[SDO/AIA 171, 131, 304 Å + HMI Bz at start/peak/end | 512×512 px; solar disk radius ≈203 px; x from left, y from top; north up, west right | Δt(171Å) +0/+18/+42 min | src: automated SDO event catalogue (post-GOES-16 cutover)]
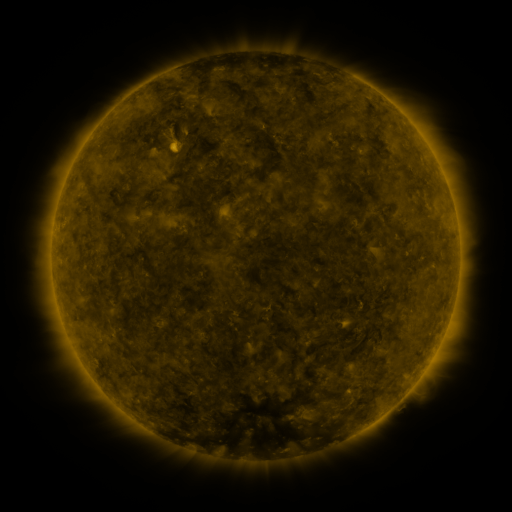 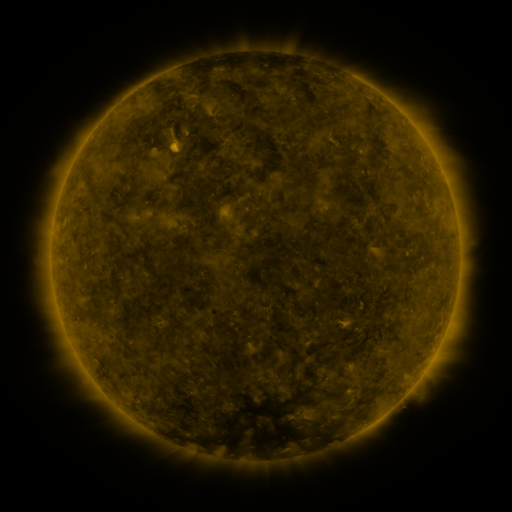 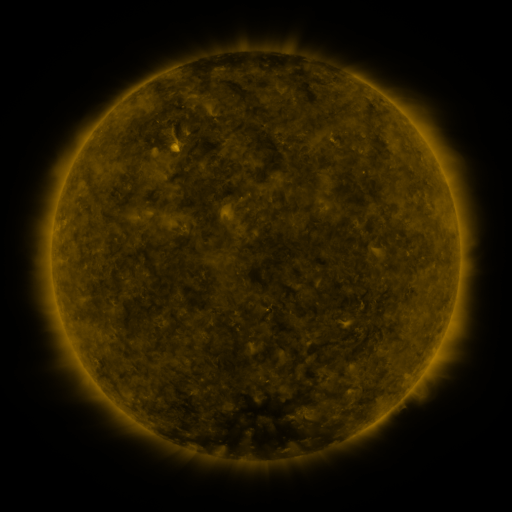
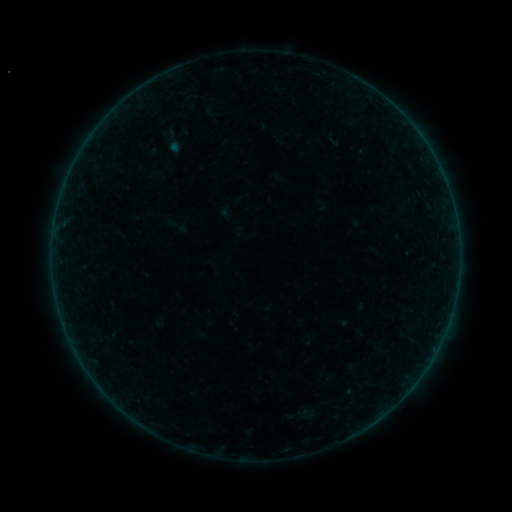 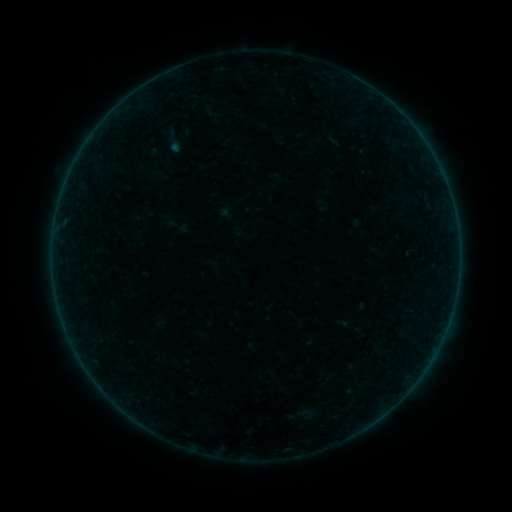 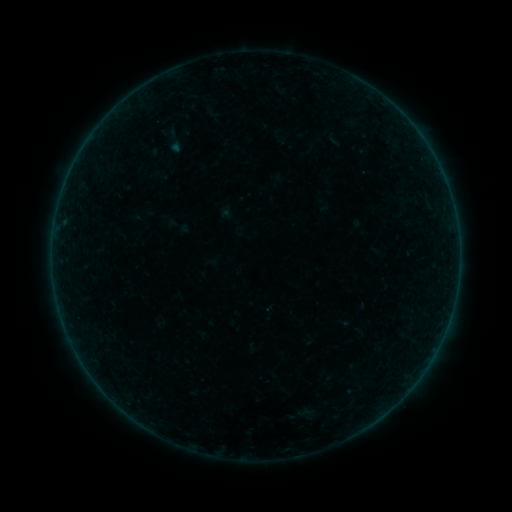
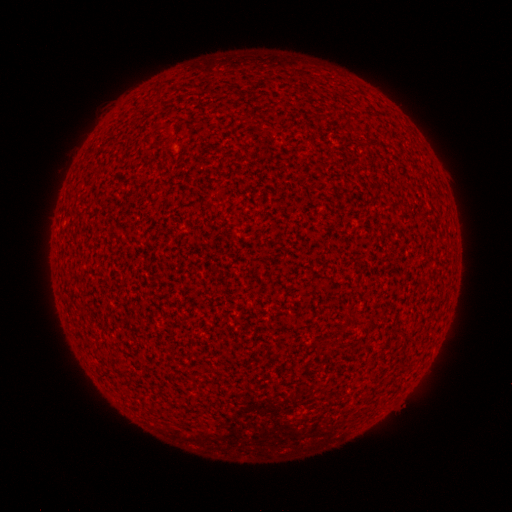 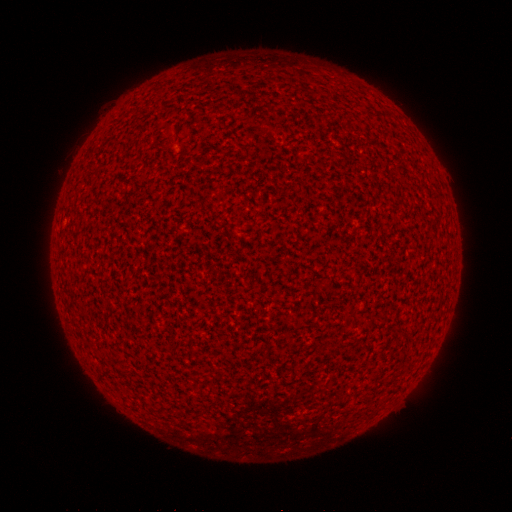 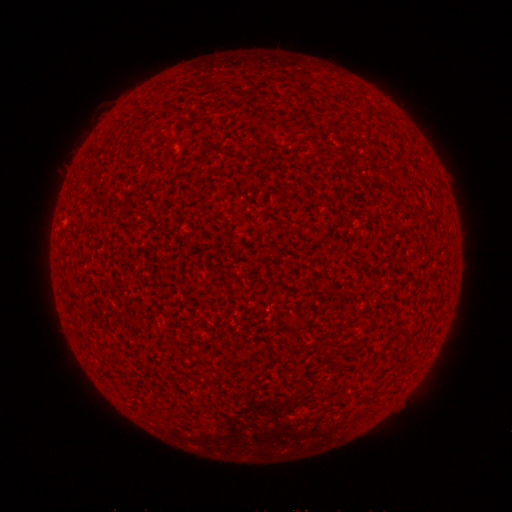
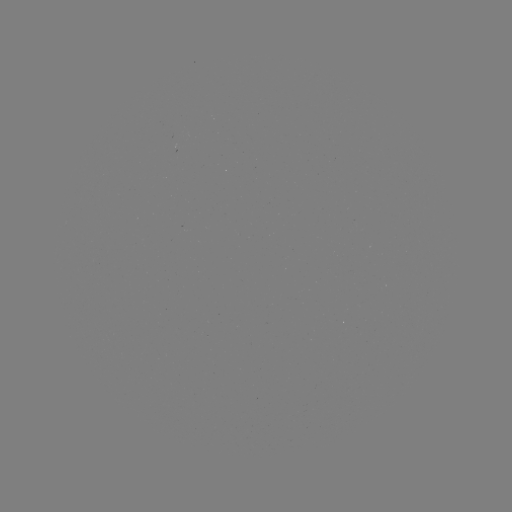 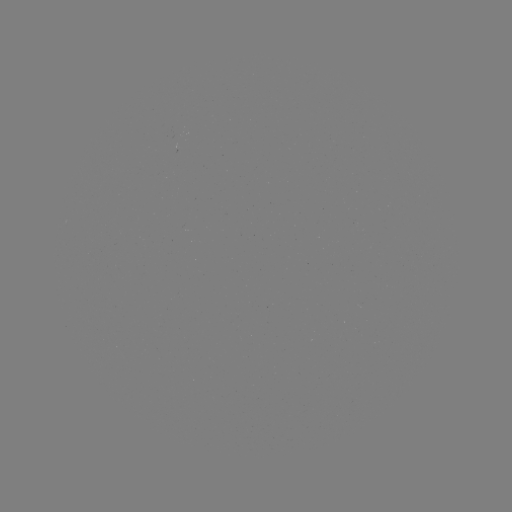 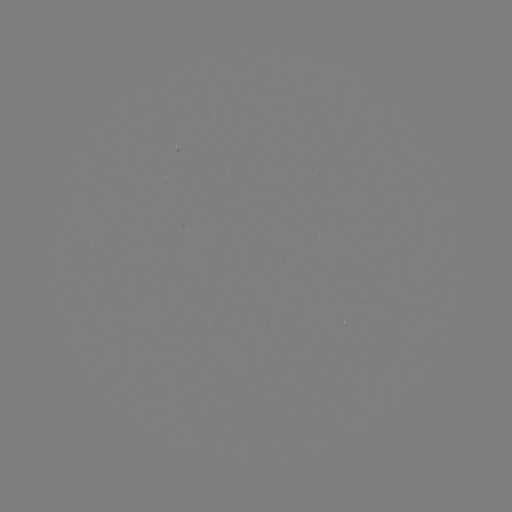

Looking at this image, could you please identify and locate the A1.5 flare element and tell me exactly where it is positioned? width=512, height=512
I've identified A1.5 flare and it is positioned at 329,143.